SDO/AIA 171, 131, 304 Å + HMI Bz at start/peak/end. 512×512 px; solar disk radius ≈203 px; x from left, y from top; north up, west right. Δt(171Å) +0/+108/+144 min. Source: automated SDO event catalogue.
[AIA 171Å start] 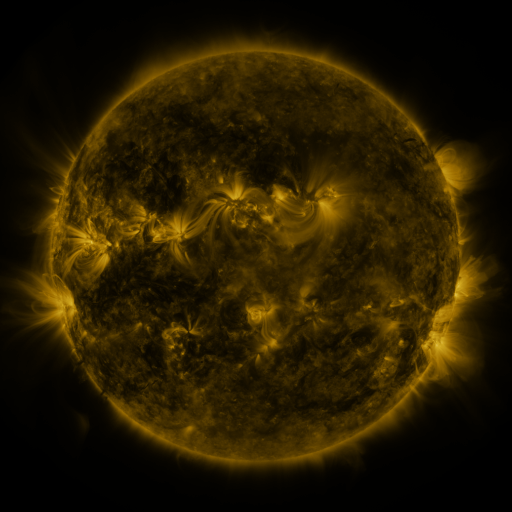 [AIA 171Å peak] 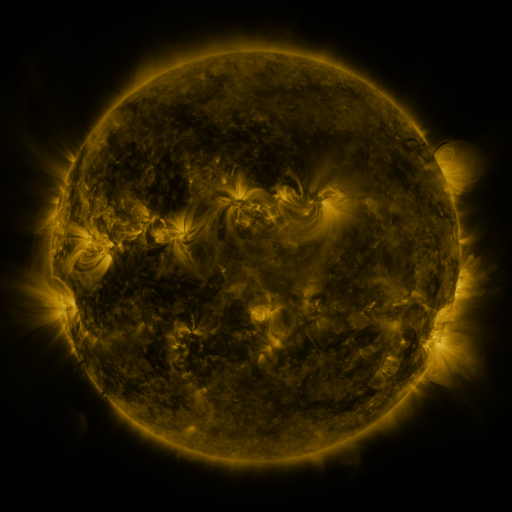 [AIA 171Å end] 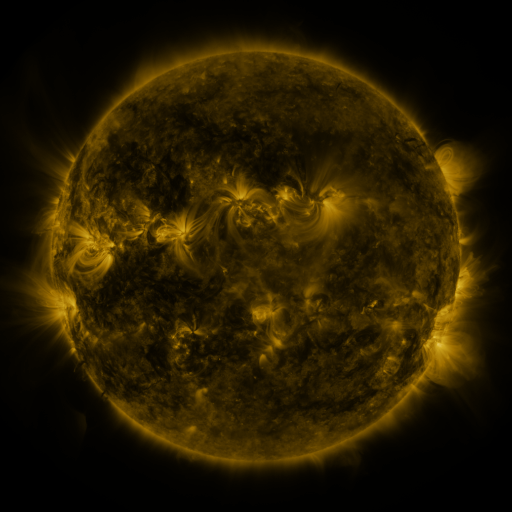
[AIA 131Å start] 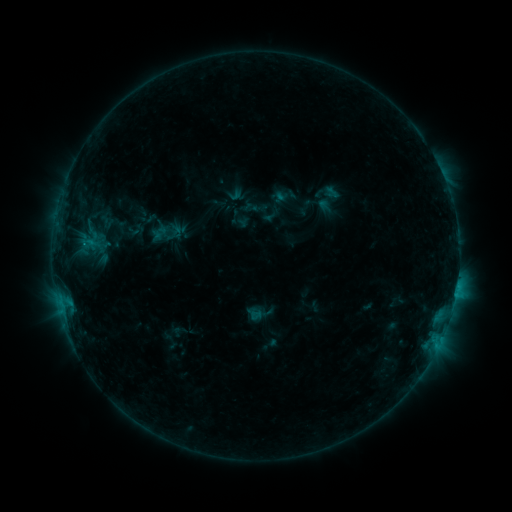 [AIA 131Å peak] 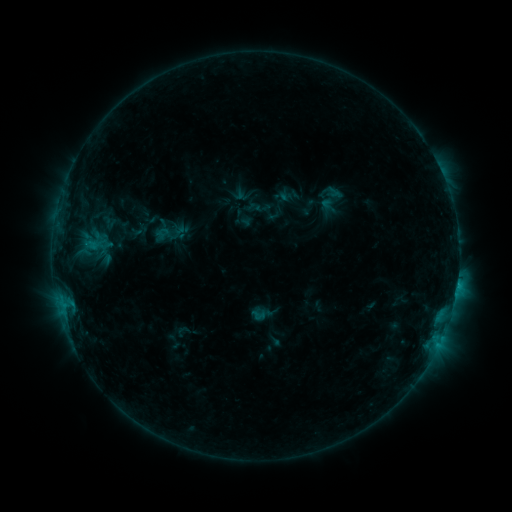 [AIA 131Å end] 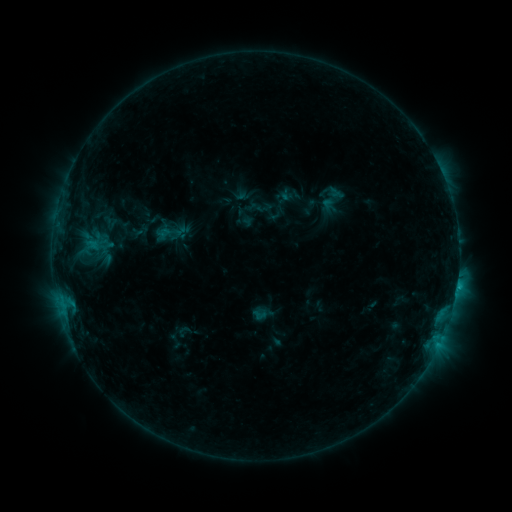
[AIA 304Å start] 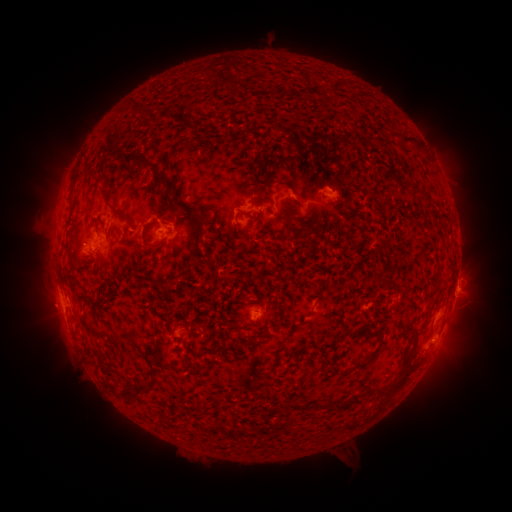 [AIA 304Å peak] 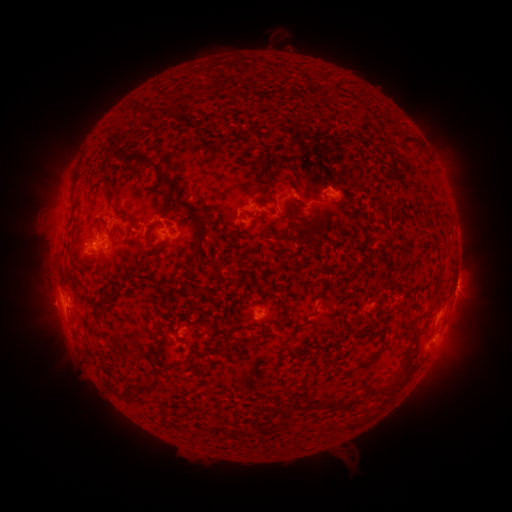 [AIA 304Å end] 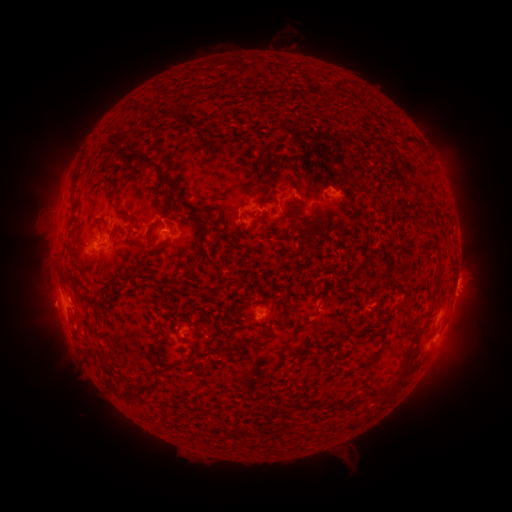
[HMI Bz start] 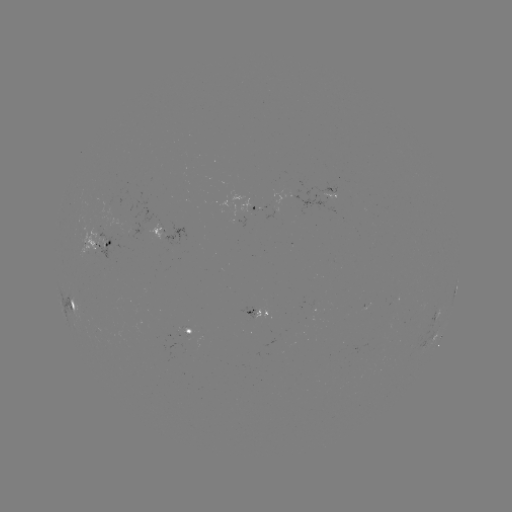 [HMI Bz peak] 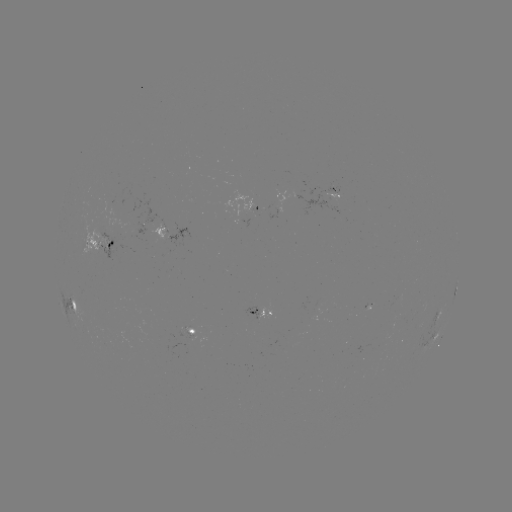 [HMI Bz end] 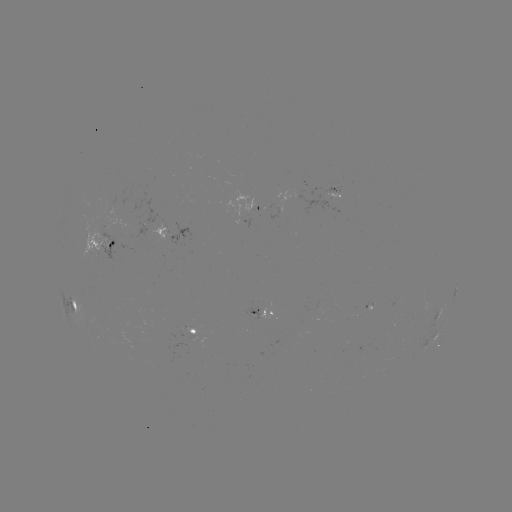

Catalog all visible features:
emerging-flux region: (190, 329)
